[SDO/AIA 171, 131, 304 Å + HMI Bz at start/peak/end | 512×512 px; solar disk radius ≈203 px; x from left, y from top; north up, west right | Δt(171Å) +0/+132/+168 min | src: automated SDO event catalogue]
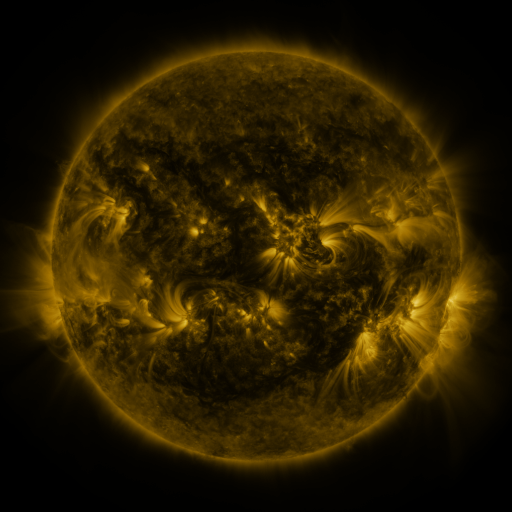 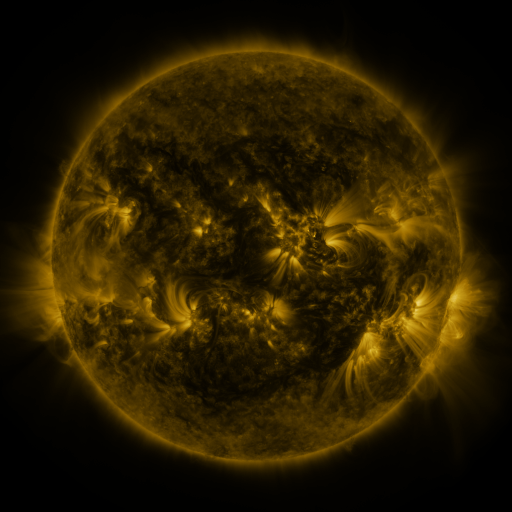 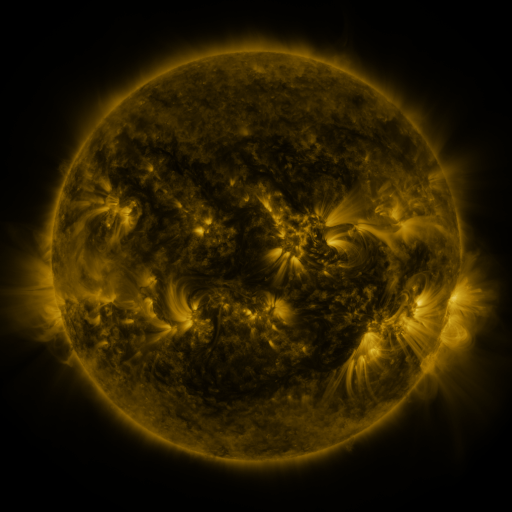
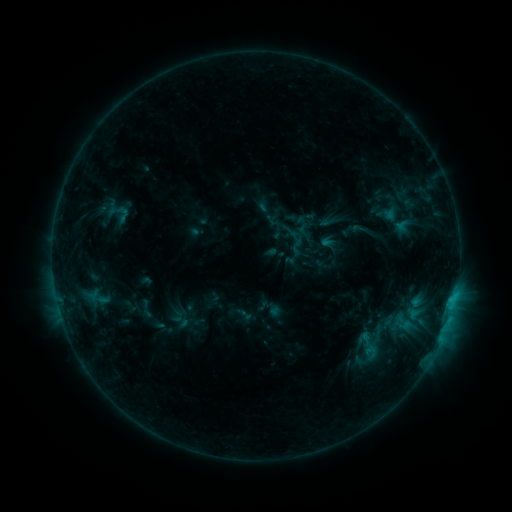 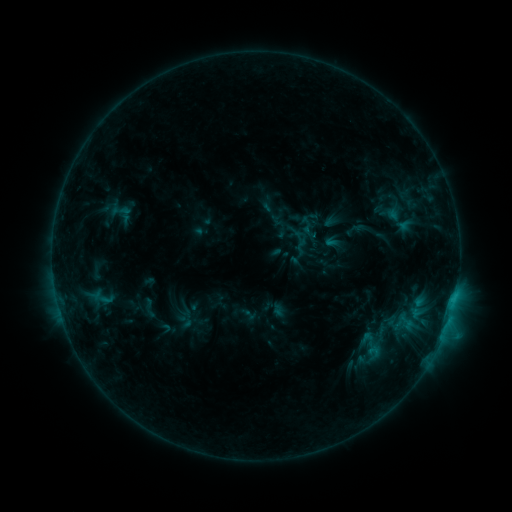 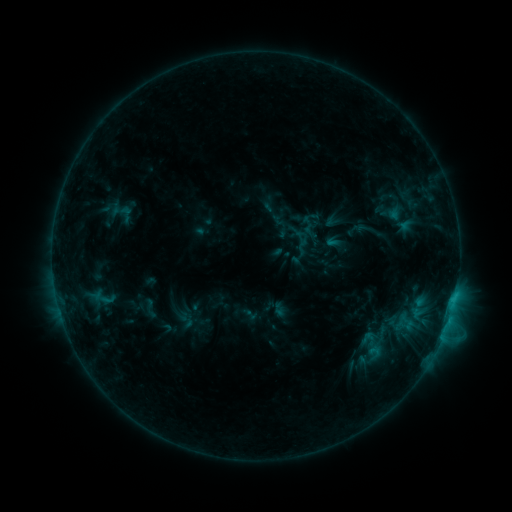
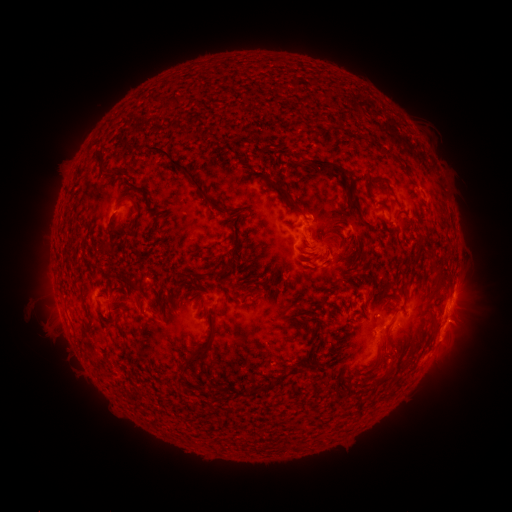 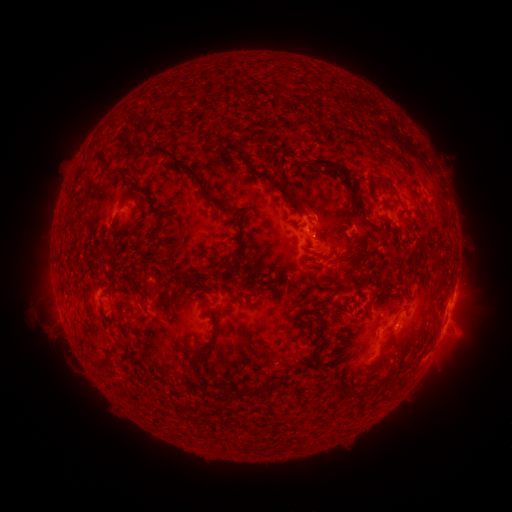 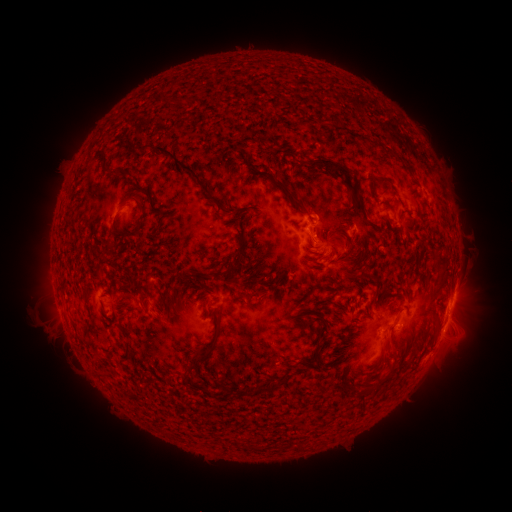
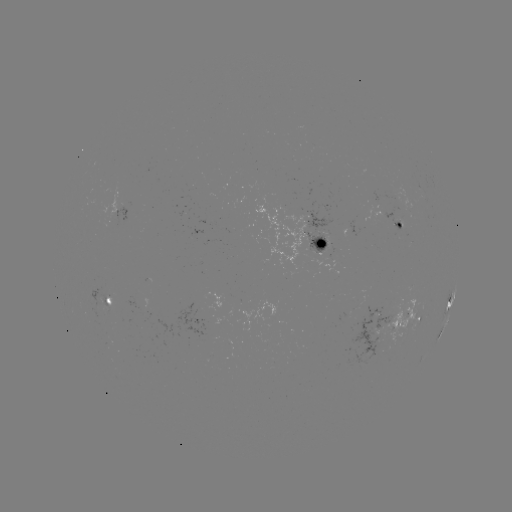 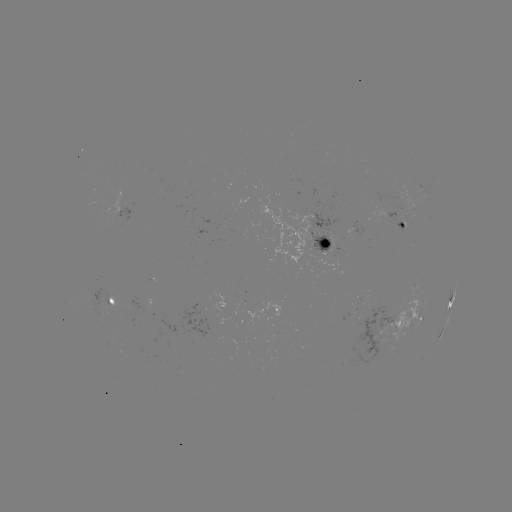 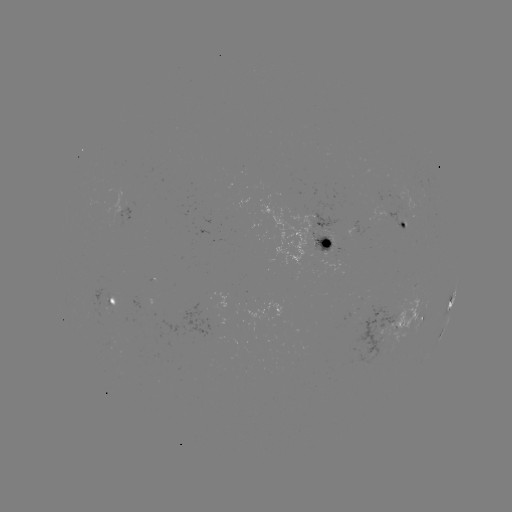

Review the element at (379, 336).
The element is emerging-flux region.